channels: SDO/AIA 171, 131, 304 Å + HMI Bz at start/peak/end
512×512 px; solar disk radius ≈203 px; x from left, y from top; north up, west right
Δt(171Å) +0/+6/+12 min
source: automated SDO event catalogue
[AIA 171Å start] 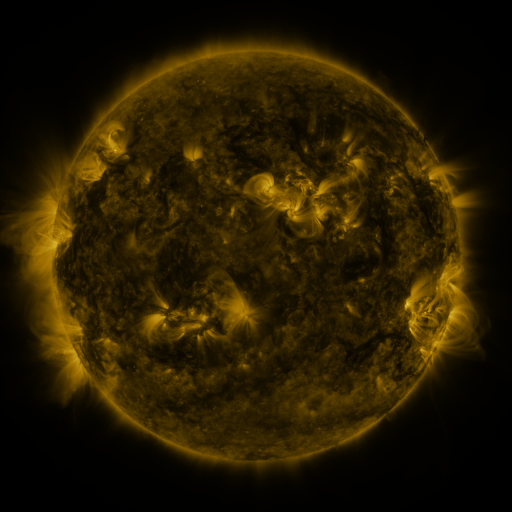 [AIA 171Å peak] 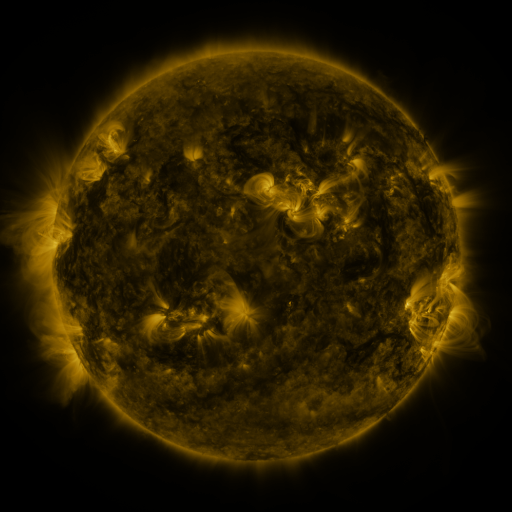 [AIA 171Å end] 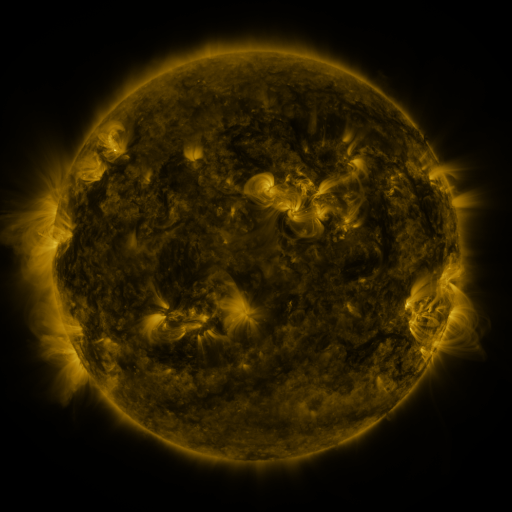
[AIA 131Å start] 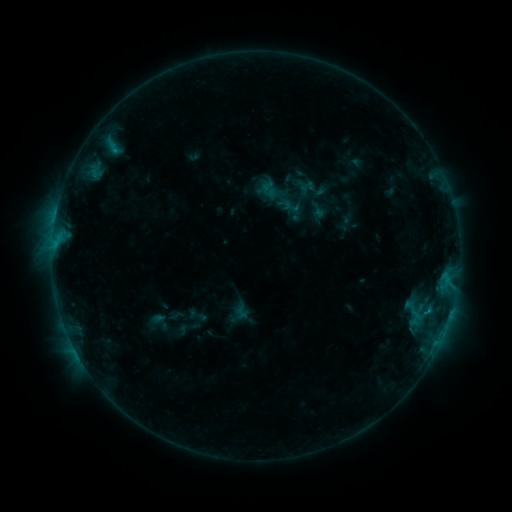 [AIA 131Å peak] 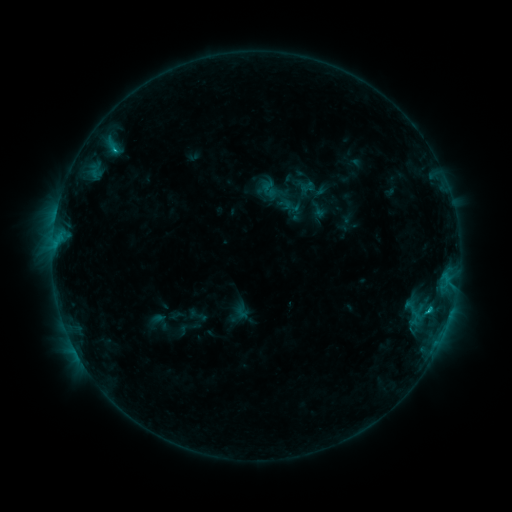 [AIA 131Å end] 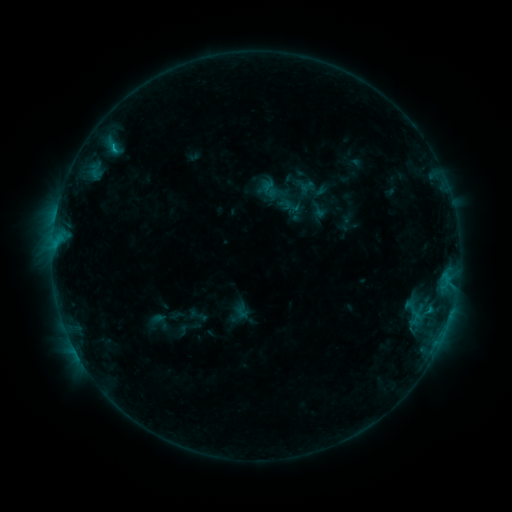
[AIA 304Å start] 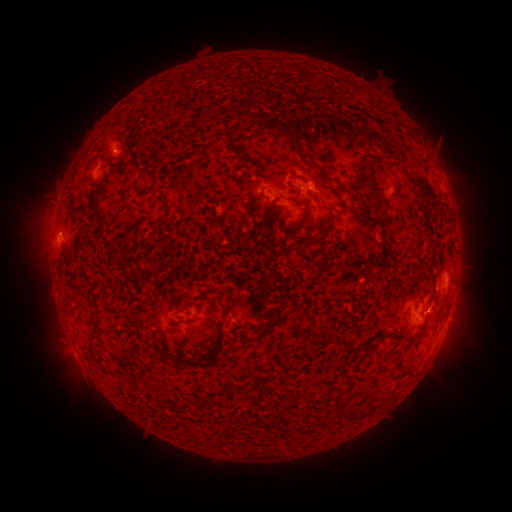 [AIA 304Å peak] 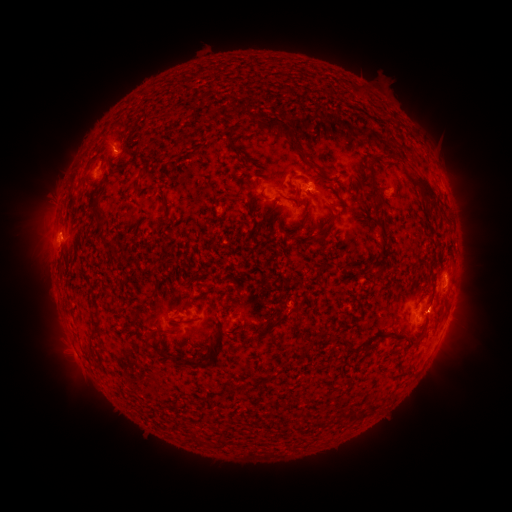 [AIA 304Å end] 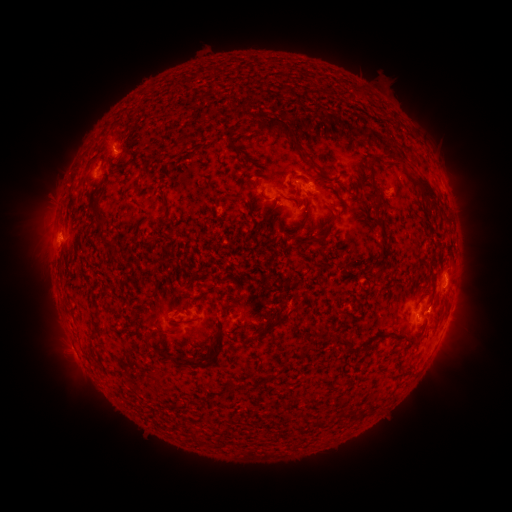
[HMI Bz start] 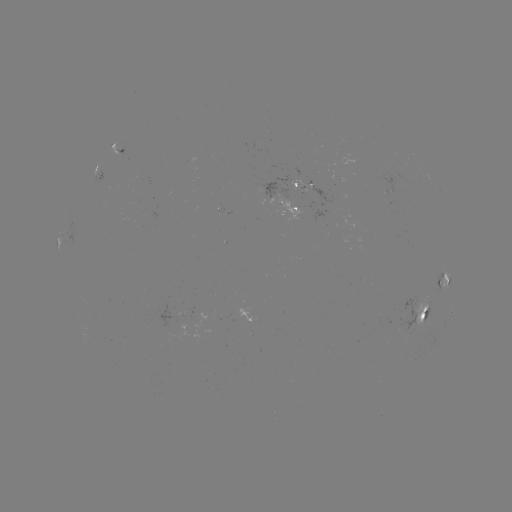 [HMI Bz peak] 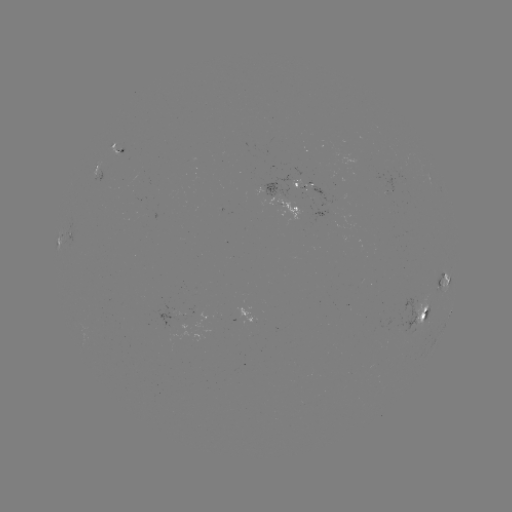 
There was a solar flare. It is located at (426, 310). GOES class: C1.3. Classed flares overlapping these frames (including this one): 1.